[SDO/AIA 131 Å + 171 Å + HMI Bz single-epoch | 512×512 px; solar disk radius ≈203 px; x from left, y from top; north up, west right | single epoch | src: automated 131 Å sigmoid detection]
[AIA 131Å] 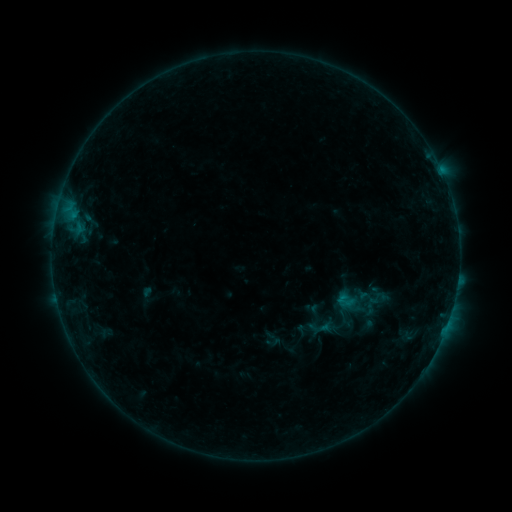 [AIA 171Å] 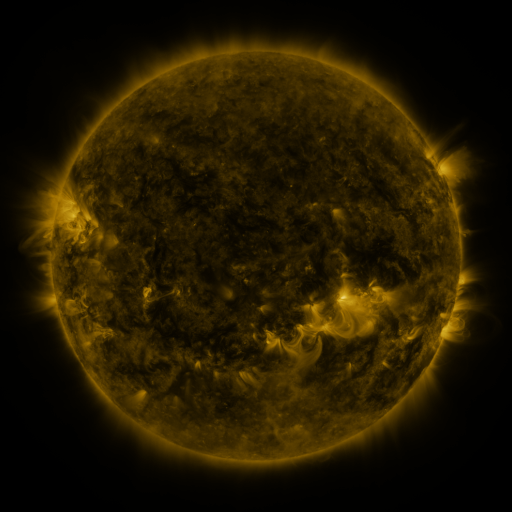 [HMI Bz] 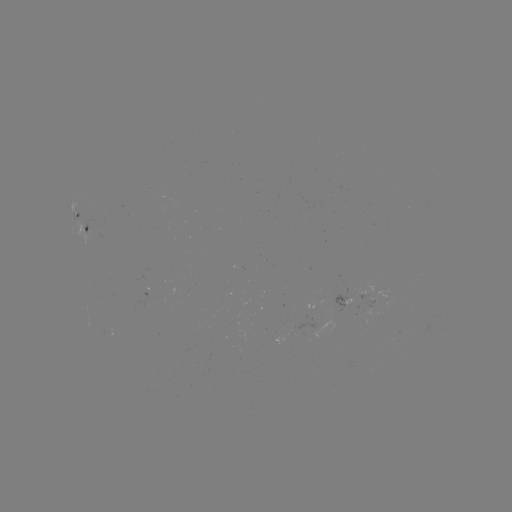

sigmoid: <bbox>307, 314, 332, 339</bbox>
